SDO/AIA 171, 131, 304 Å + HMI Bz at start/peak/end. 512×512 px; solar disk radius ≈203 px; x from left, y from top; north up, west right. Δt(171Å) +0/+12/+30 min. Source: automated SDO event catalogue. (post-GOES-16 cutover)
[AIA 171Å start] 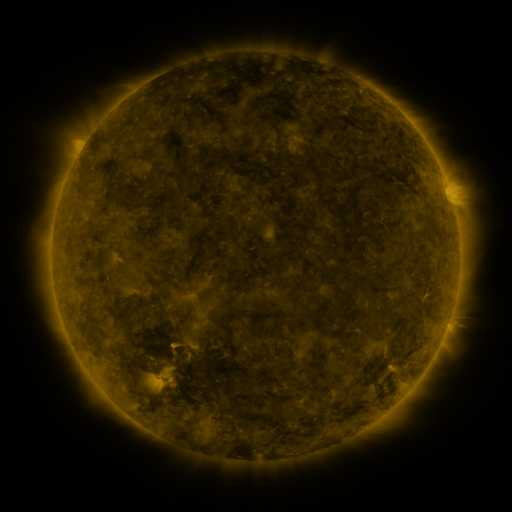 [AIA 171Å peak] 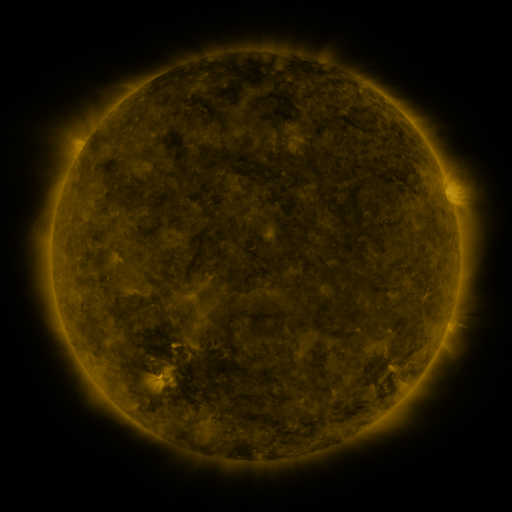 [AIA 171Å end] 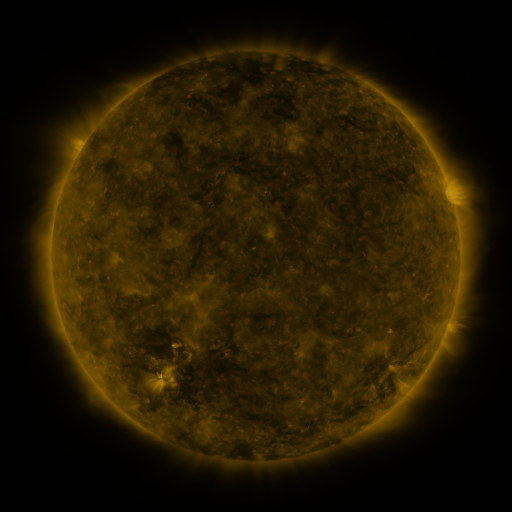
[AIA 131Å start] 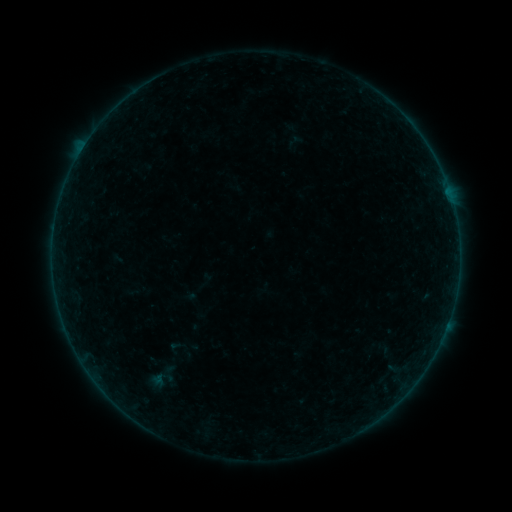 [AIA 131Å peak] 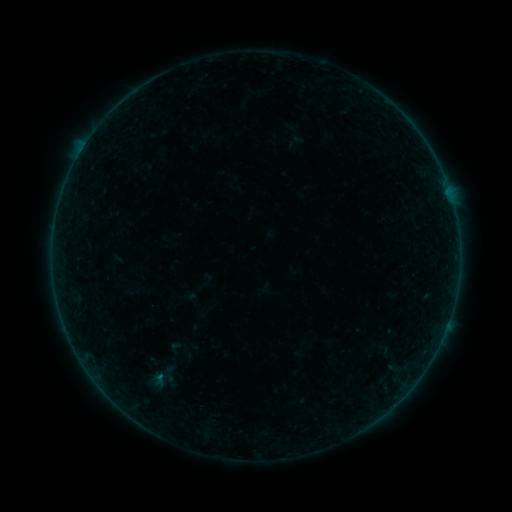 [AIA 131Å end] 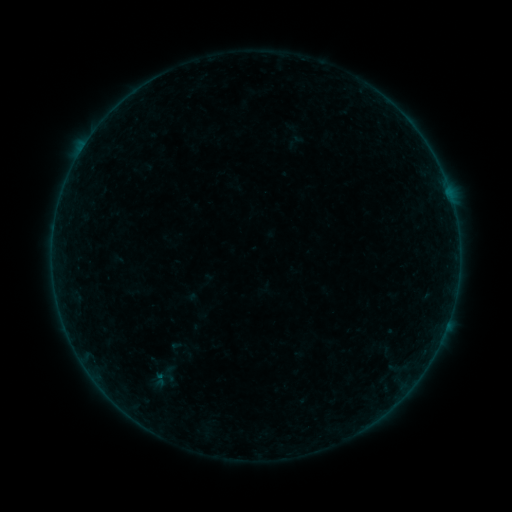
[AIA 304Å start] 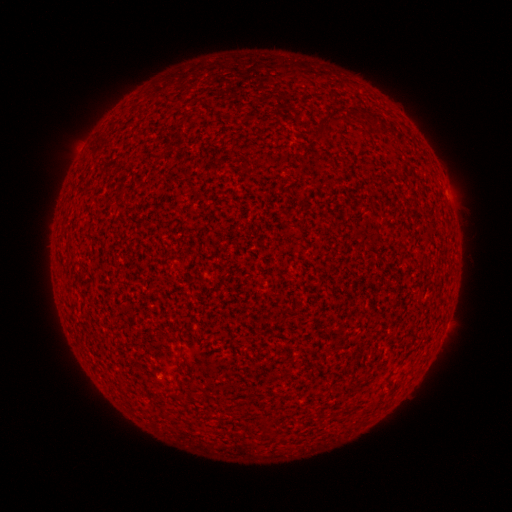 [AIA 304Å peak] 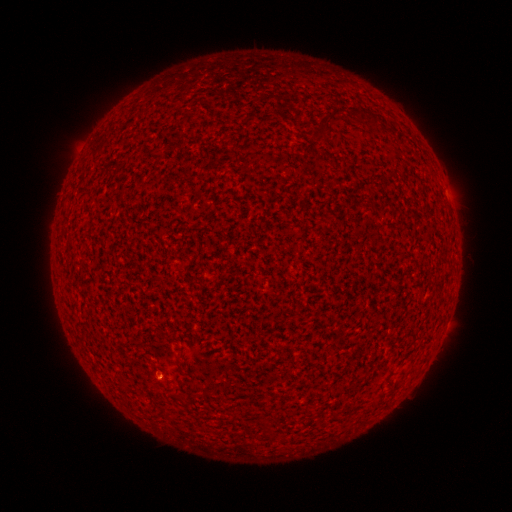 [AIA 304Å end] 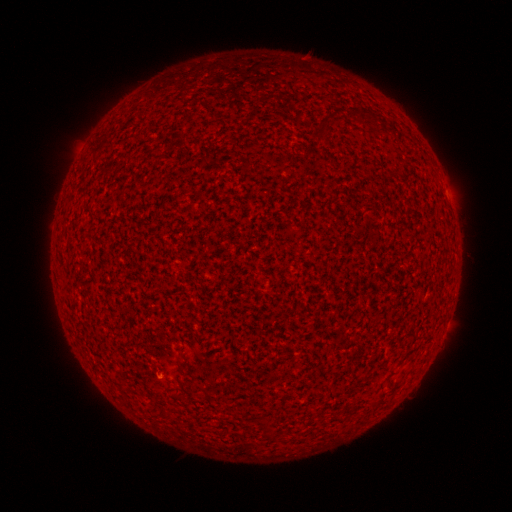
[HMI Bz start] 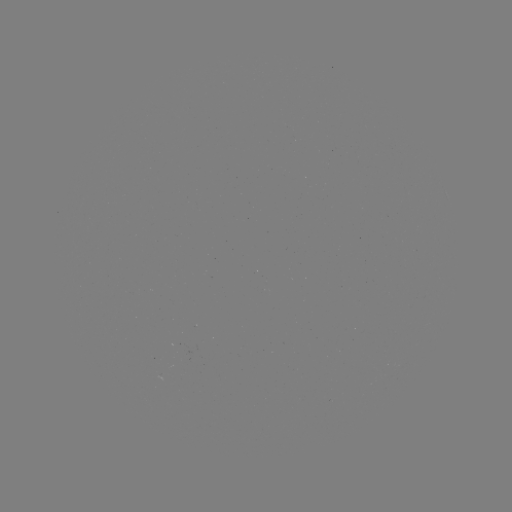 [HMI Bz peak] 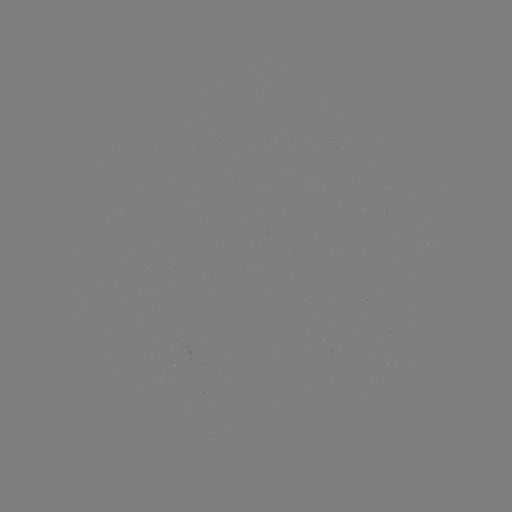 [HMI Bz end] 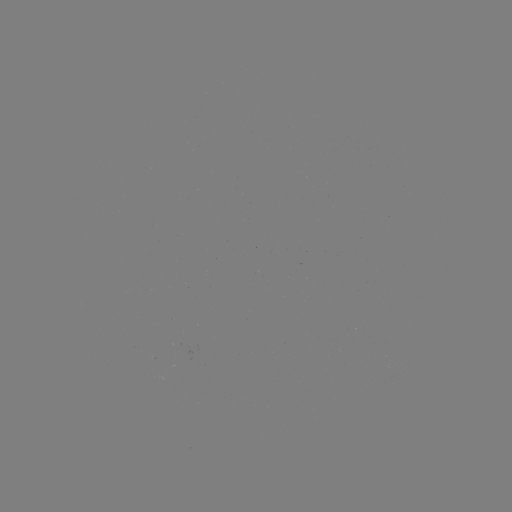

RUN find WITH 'A6.1 flare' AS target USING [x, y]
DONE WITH [159, 375] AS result